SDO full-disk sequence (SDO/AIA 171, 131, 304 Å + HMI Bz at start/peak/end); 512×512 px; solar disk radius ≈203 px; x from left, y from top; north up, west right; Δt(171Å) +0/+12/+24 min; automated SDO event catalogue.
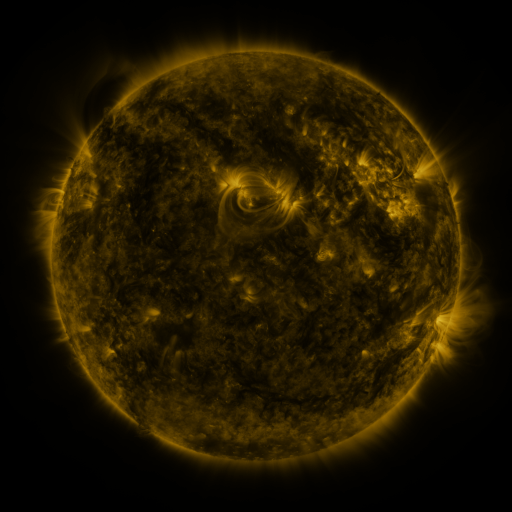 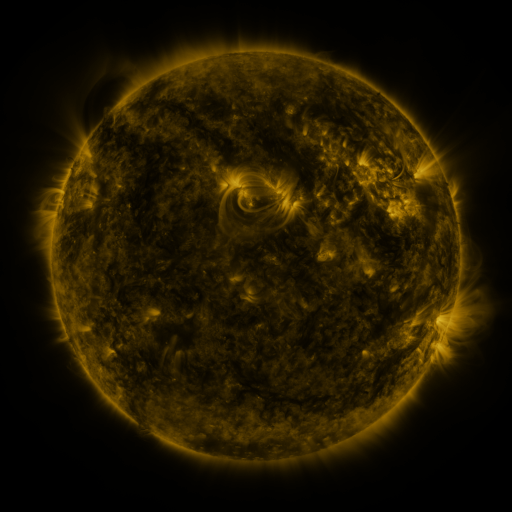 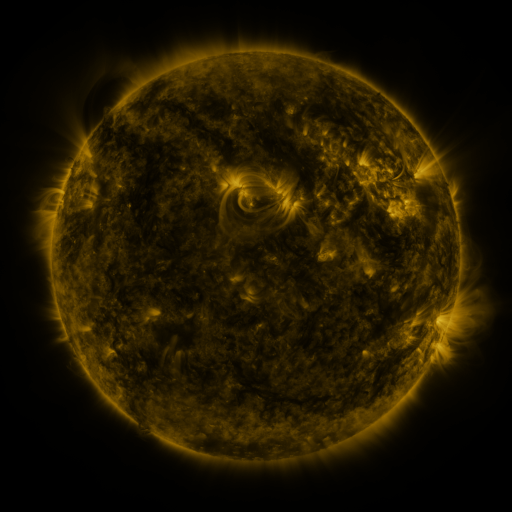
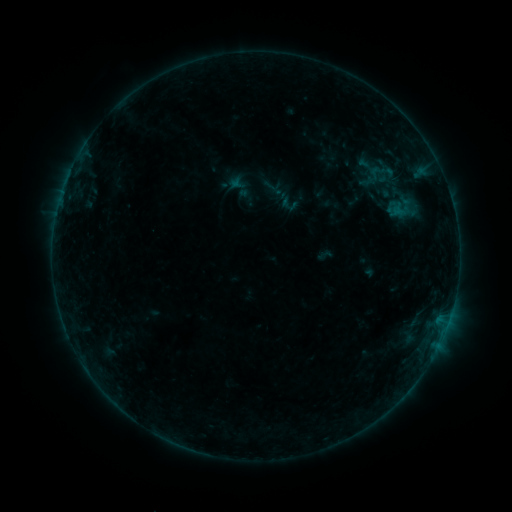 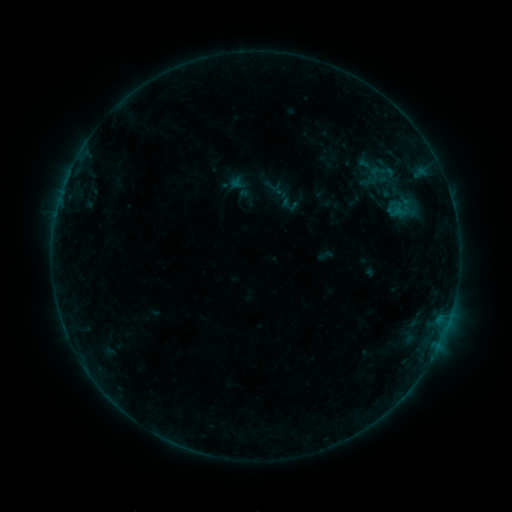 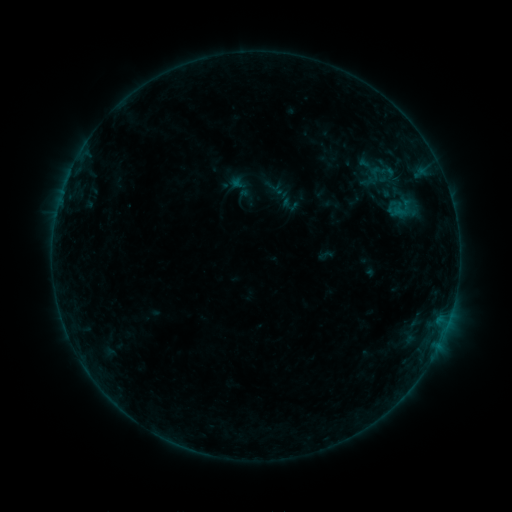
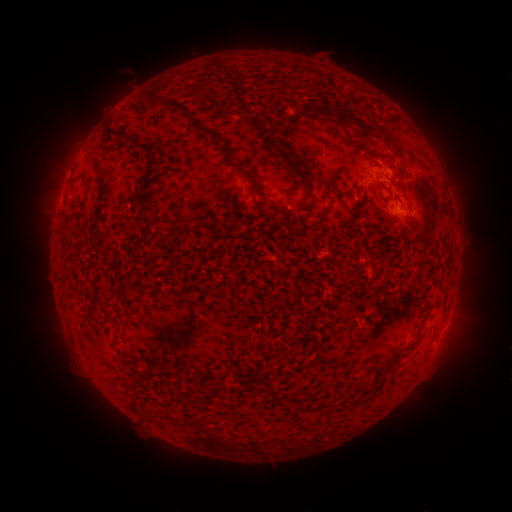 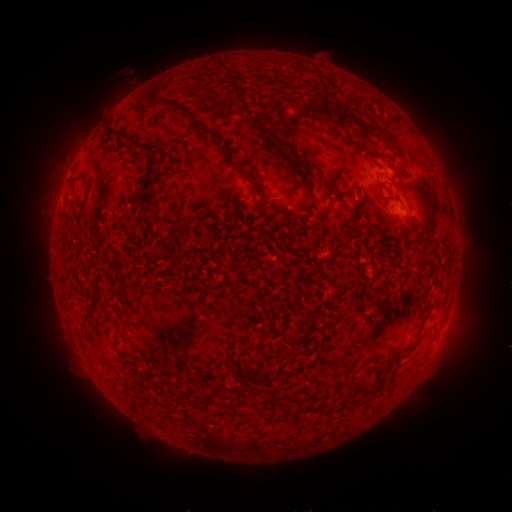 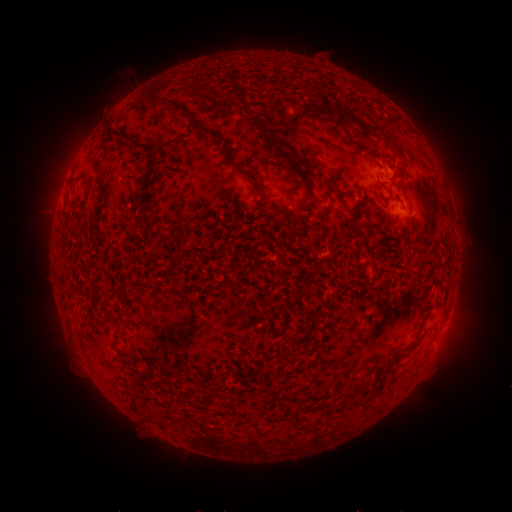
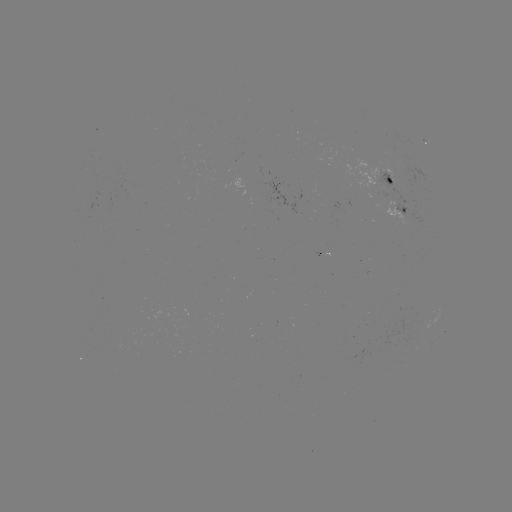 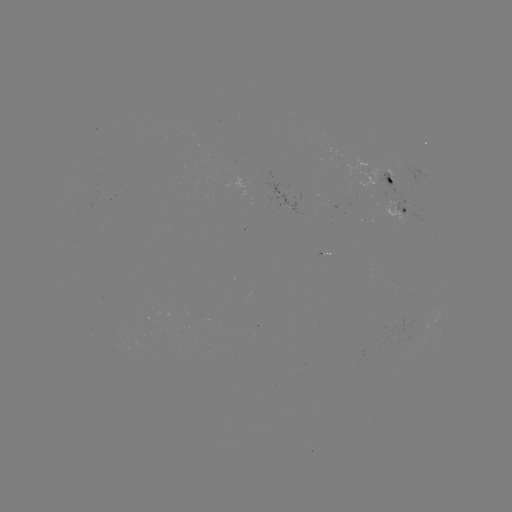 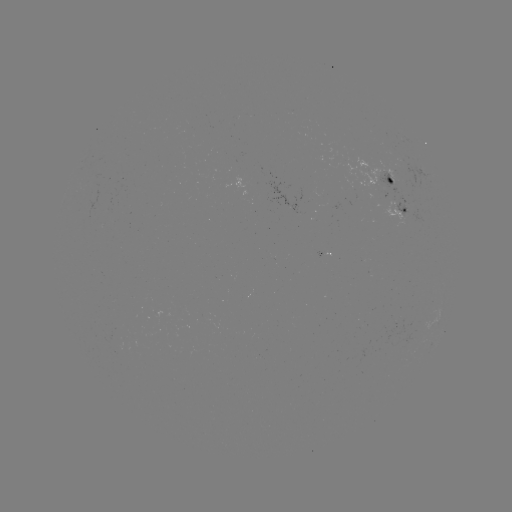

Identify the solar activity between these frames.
nothing was catalogued: no classed flare, no EUV trigger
